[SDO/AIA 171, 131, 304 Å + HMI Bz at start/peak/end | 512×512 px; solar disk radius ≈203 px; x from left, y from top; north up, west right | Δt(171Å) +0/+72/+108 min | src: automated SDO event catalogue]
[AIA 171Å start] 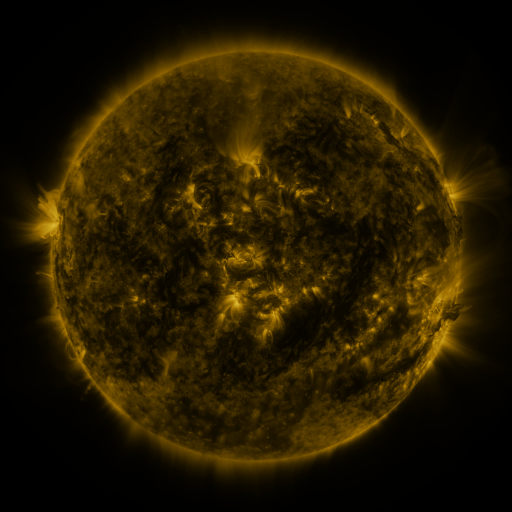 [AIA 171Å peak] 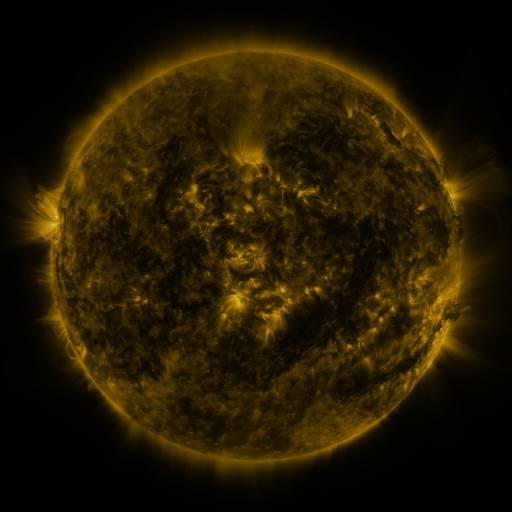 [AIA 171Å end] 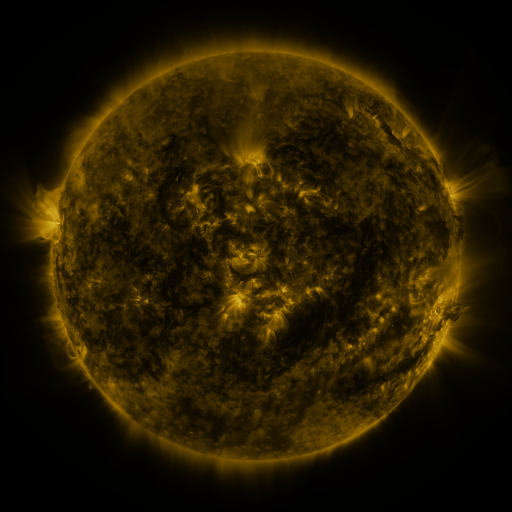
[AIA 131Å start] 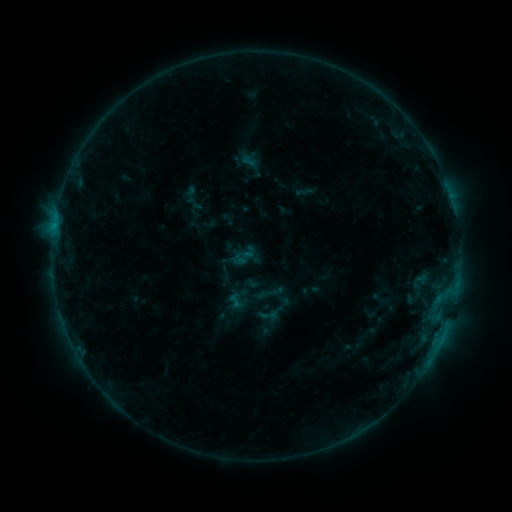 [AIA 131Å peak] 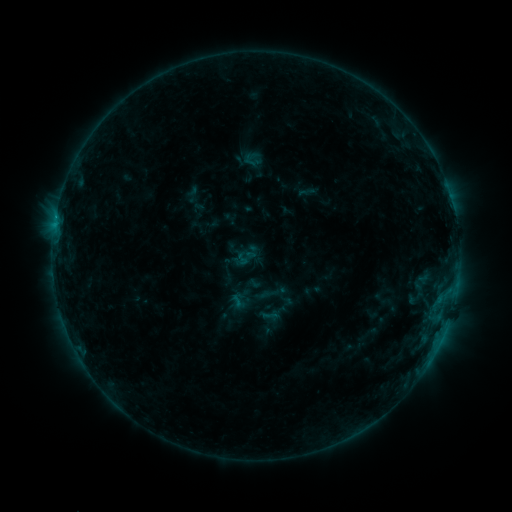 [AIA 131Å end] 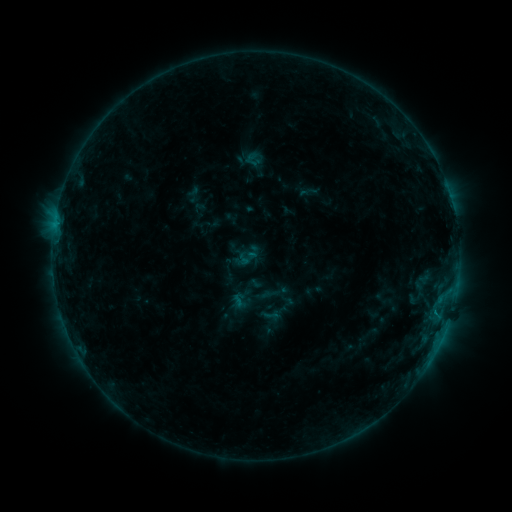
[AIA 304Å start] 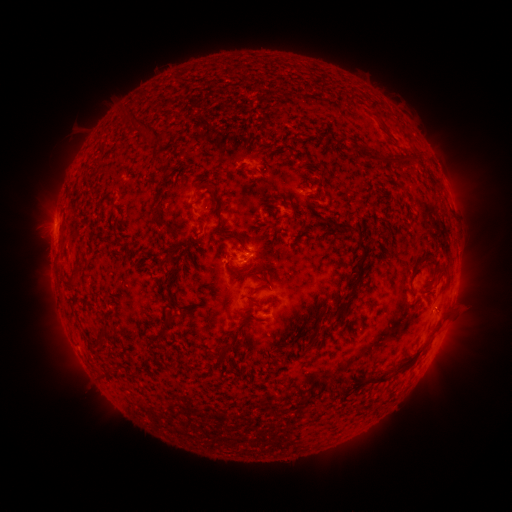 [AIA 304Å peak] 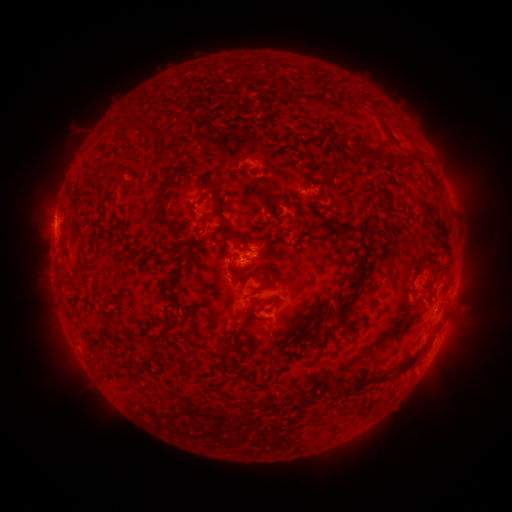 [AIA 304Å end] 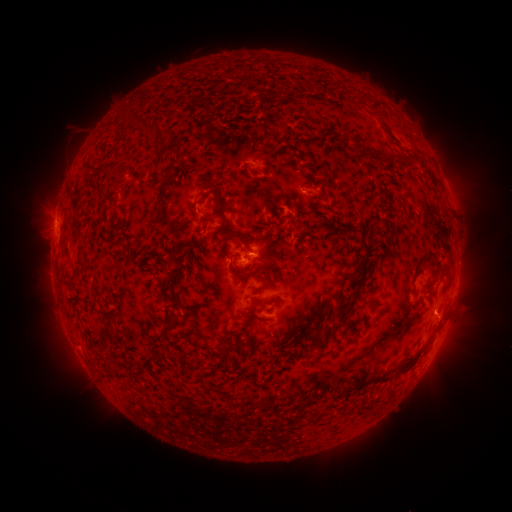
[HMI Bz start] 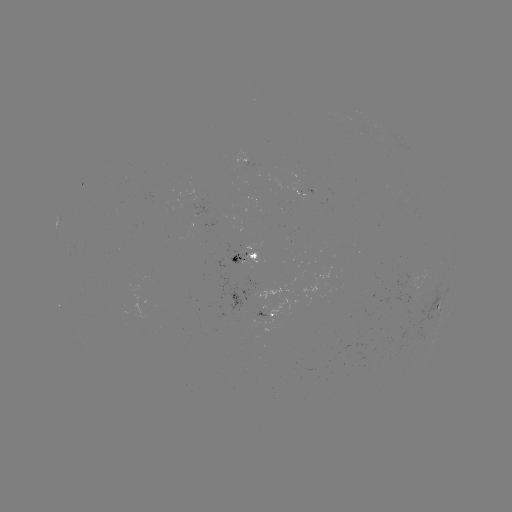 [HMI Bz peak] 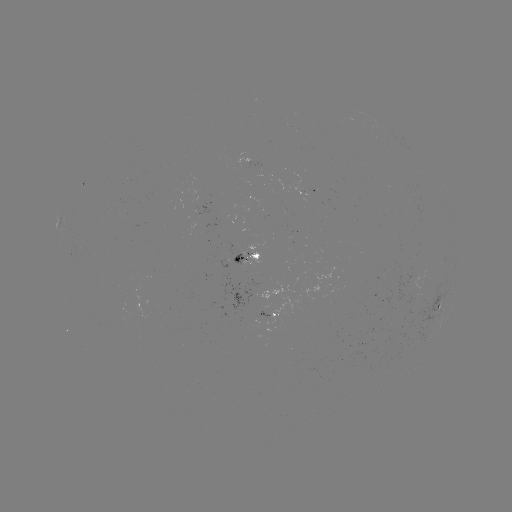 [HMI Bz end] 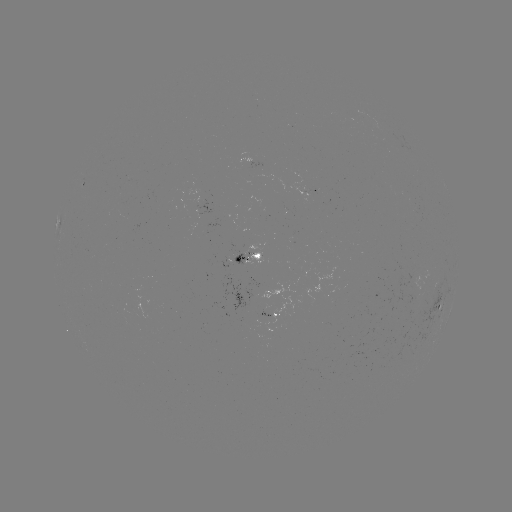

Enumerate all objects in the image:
emerging-flux region: (253, 293)
